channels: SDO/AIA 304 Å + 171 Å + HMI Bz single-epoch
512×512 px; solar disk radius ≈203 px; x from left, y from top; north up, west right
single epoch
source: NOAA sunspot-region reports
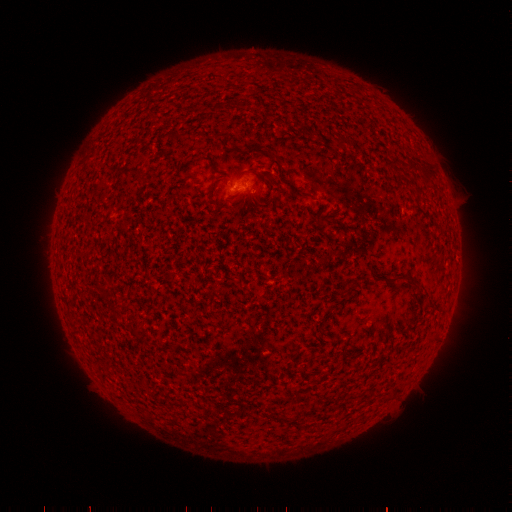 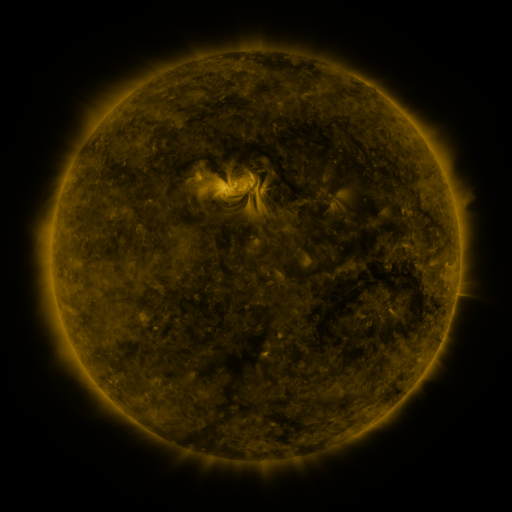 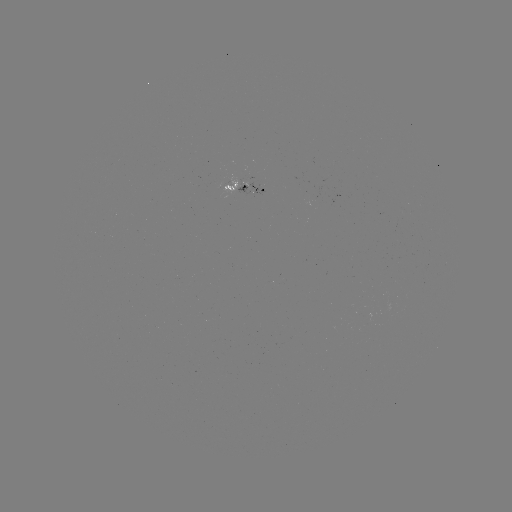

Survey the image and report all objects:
spotted active region: (245, 186)
